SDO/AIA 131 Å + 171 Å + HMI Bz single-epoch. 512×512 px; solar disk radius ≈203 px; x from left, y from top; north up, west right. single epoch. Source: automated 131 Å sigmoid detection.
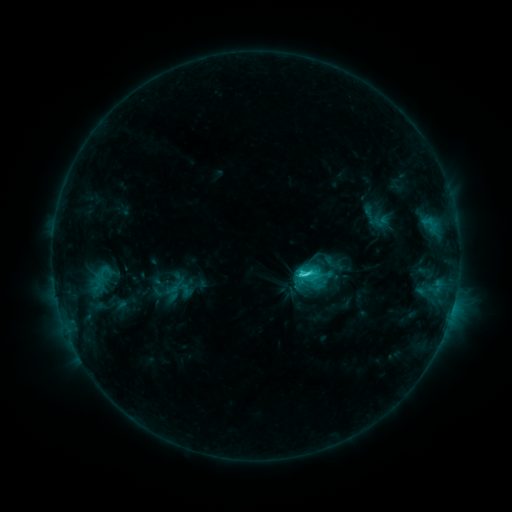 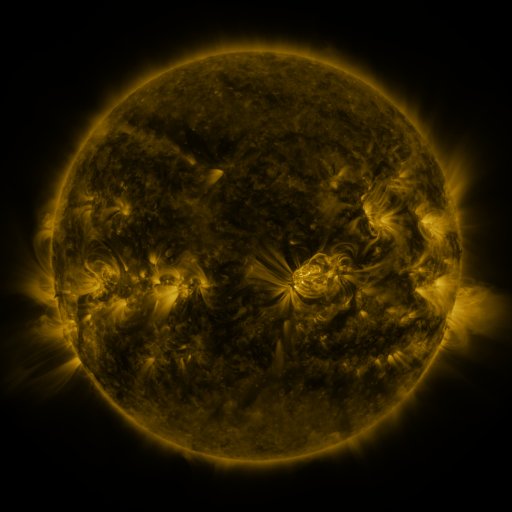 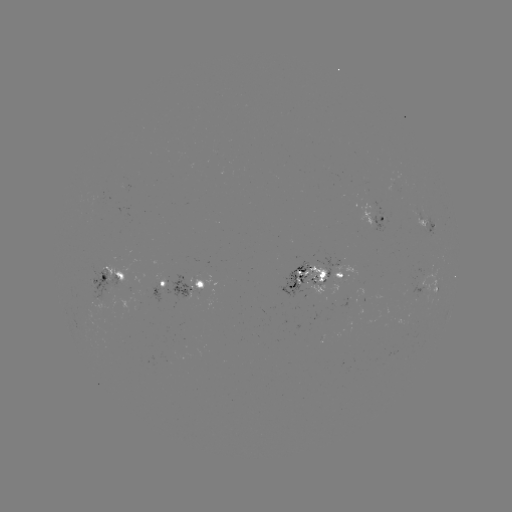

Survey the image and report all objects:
sigmoid: (296, 263, 315, 283)
